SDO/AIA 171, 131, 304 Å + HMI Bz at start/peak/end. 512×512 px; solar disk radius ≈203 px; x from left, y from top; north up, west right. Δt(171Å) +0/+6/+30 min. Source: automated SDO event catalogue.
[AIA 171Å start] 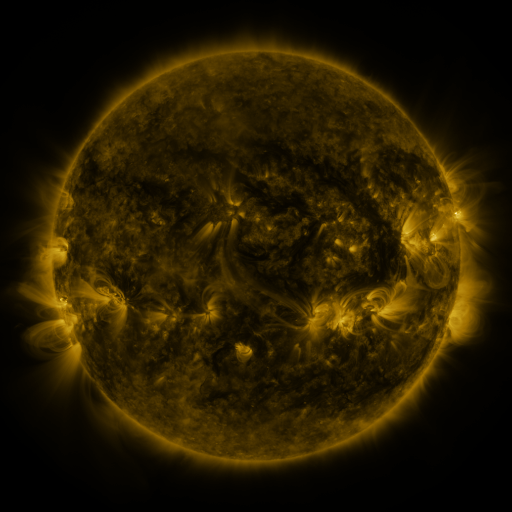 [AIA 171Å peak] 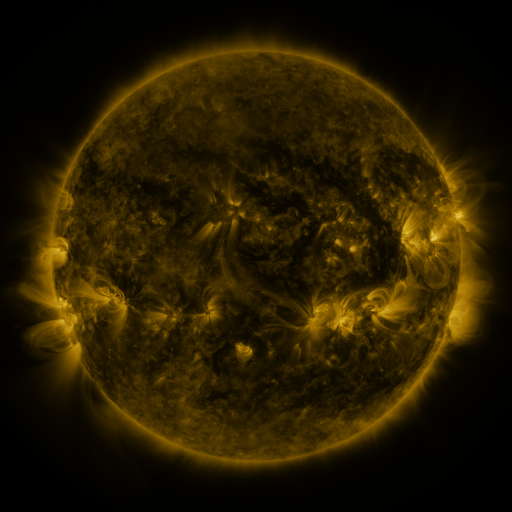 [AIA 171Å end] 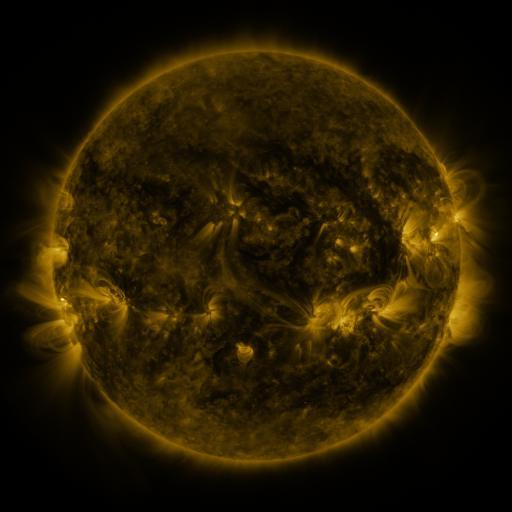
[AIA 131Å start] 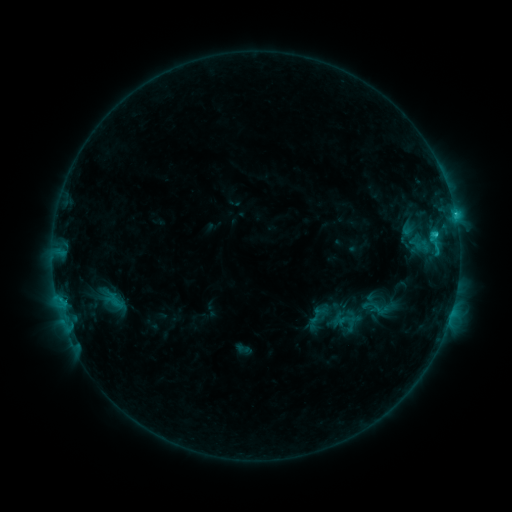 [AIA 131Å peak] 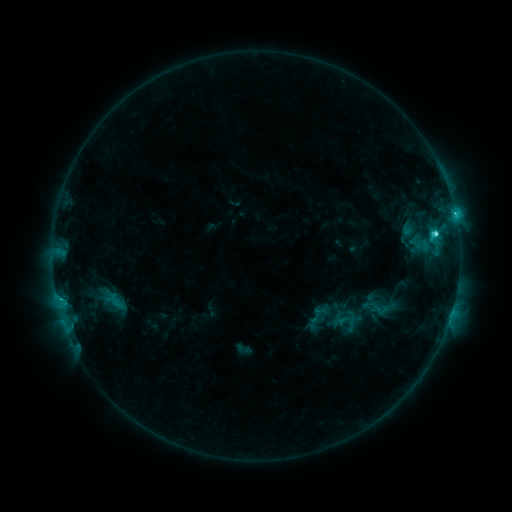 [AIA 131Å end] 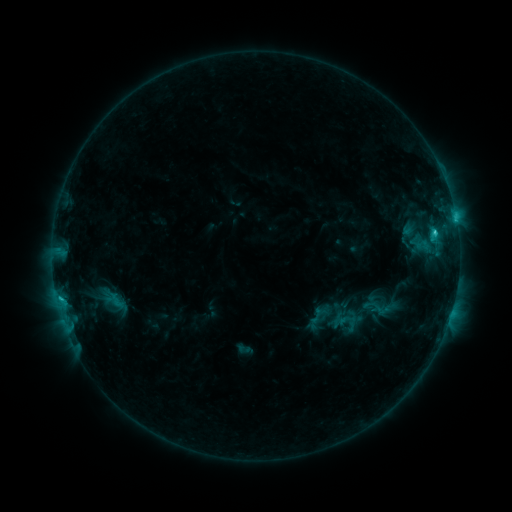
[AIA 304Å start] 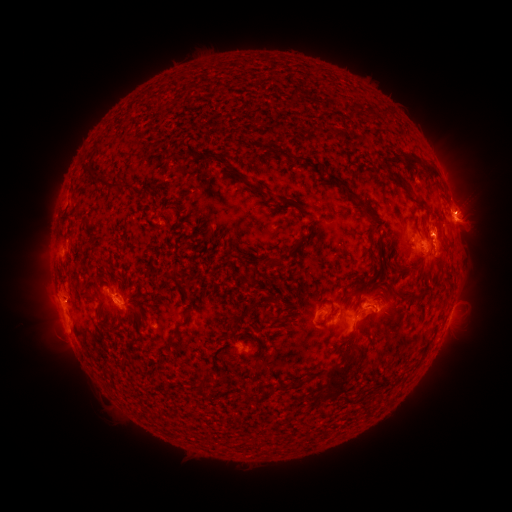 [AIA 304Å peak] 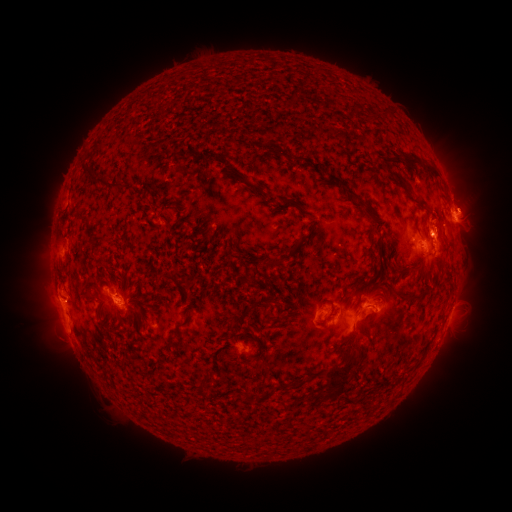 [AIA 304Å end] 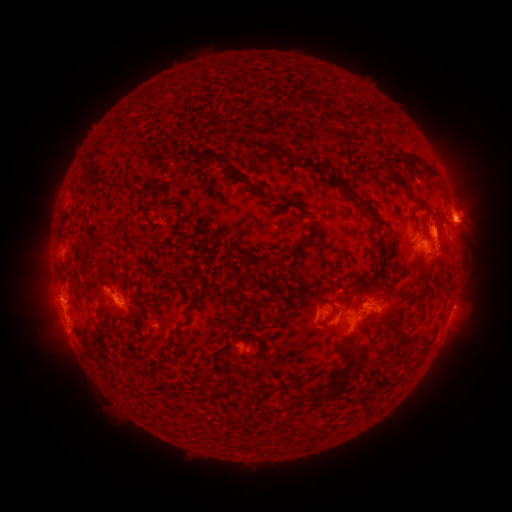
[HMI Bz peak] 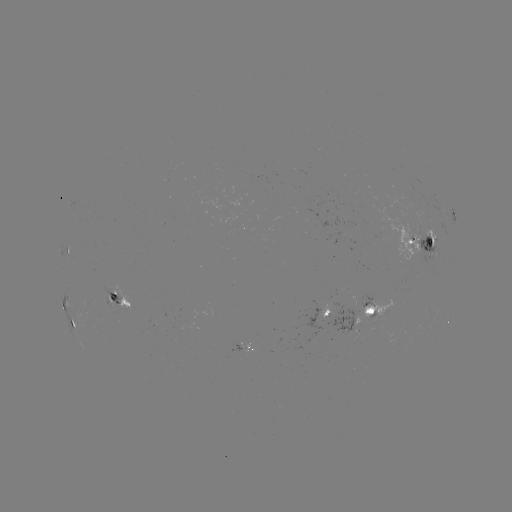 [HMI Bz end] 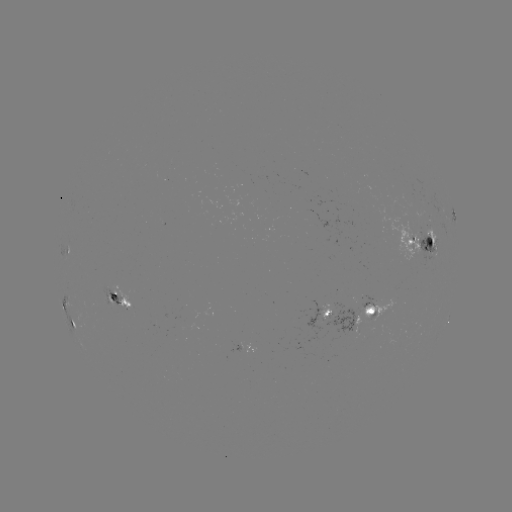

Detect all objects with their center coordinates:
C3.5 flare: (434, 235)
